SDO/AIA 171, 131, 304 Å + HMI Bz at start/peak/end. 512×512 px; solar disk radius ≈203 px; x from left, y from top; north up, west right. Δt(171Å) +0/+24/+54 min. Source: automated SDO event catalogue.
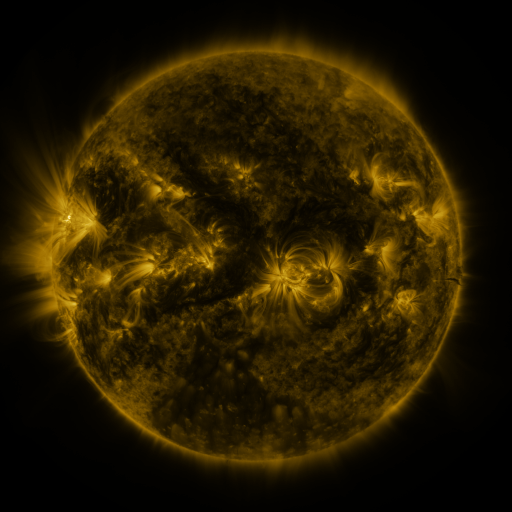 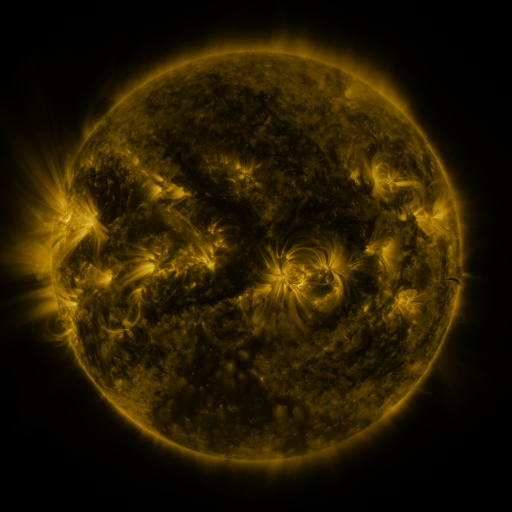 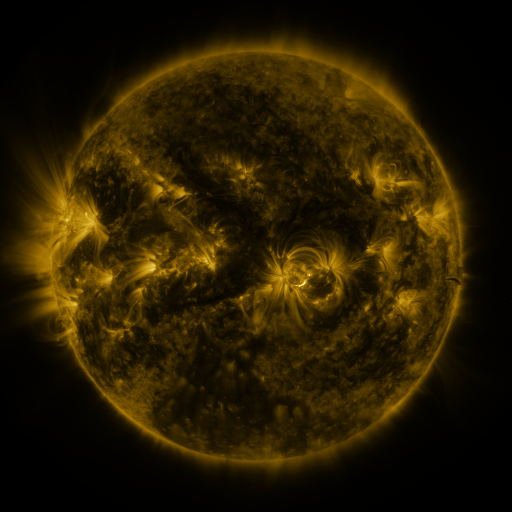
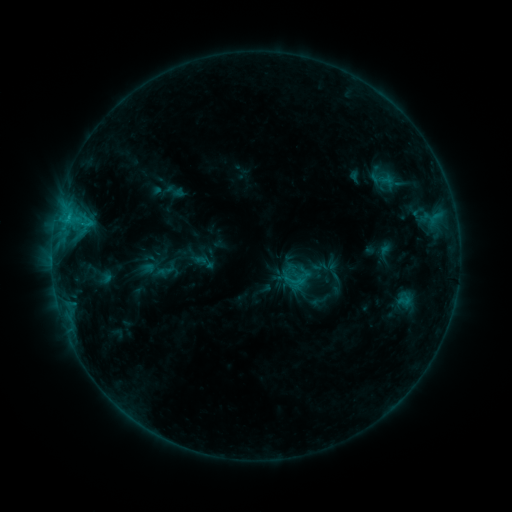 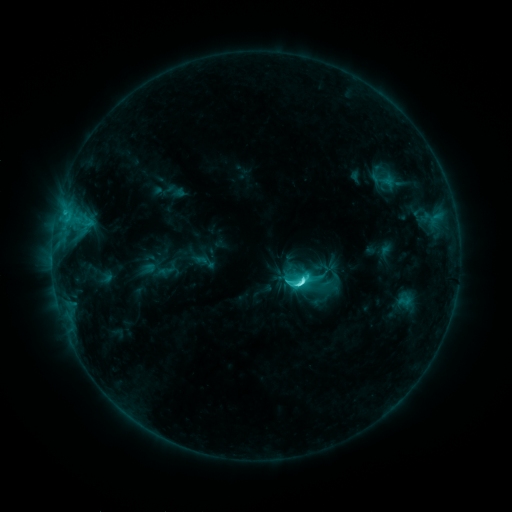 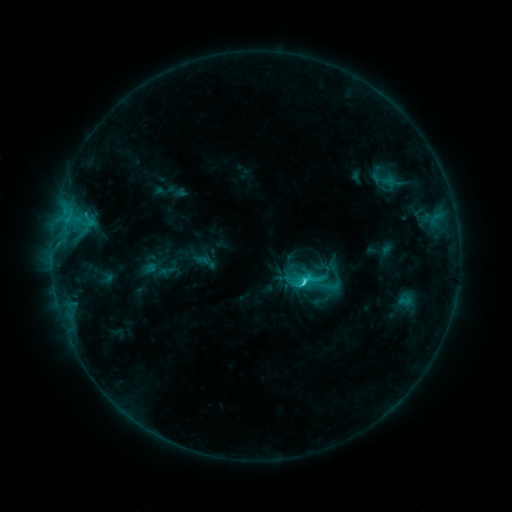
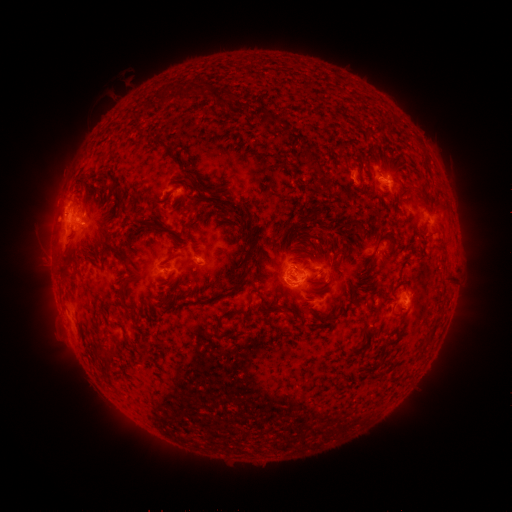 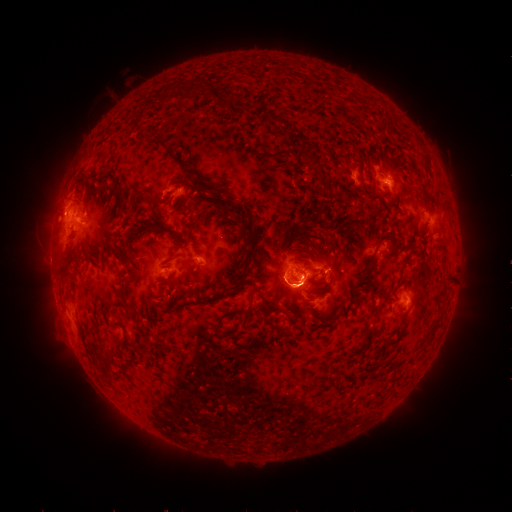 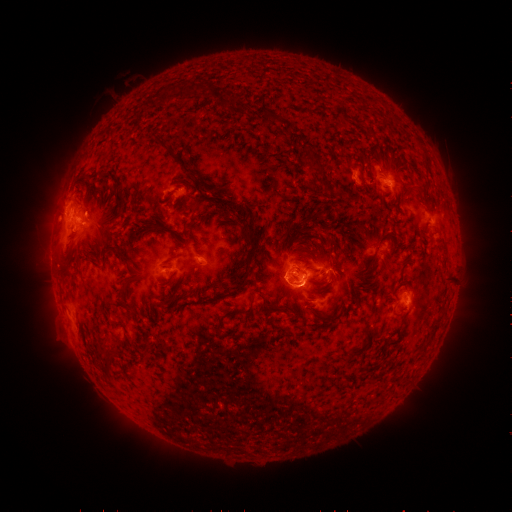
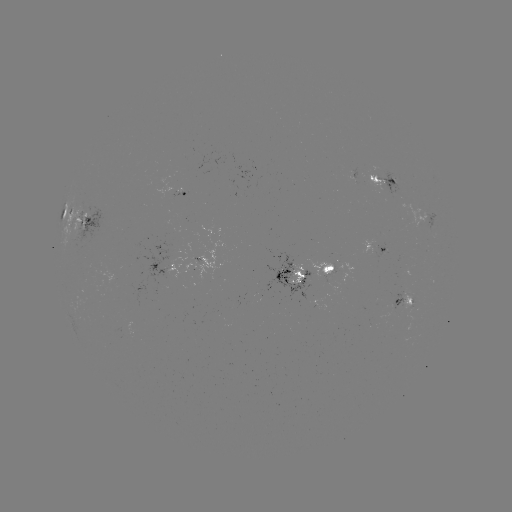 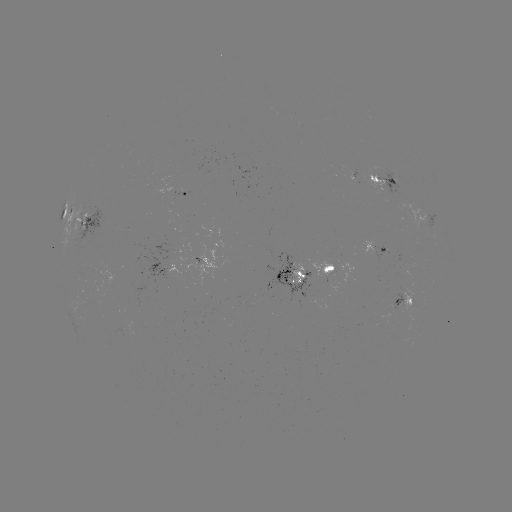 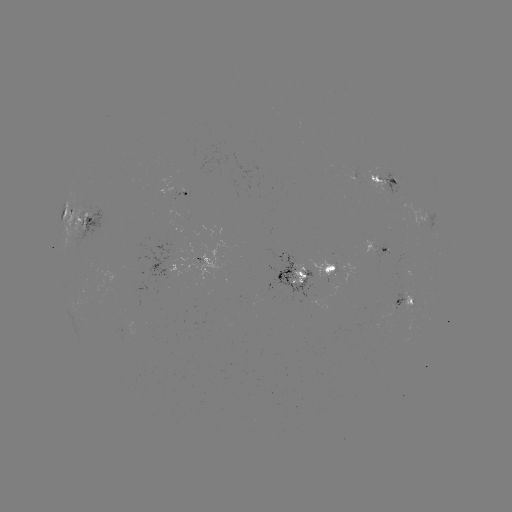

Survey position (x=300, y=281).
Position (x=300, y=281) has C6.4 flare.